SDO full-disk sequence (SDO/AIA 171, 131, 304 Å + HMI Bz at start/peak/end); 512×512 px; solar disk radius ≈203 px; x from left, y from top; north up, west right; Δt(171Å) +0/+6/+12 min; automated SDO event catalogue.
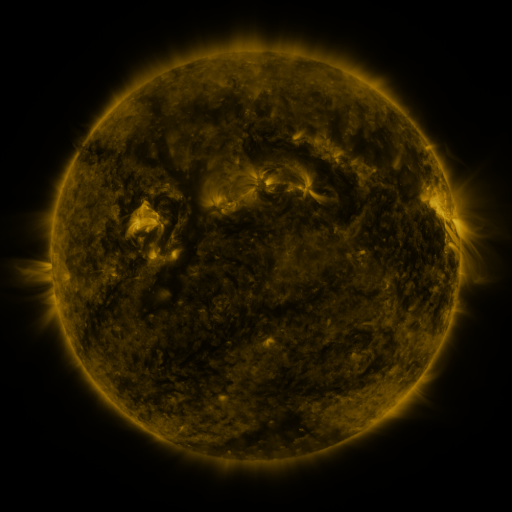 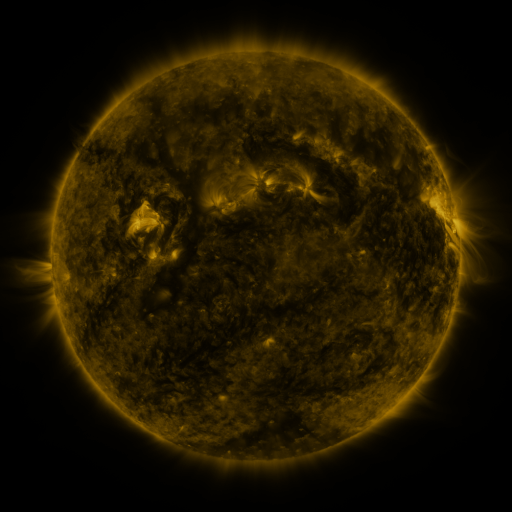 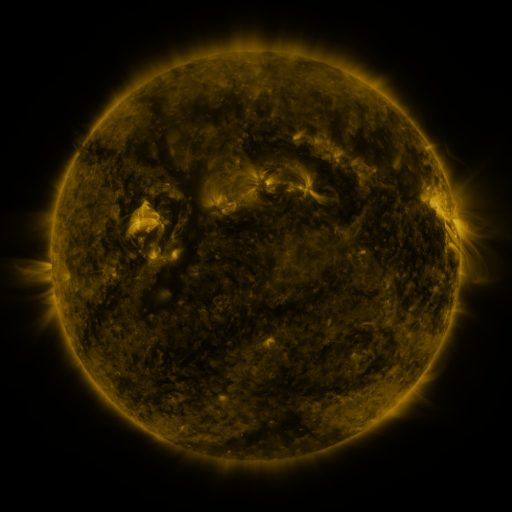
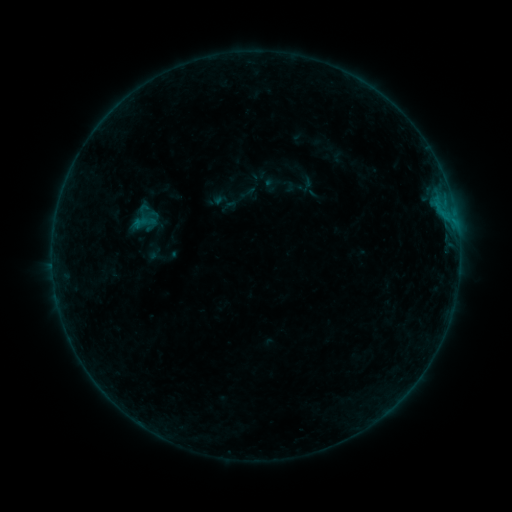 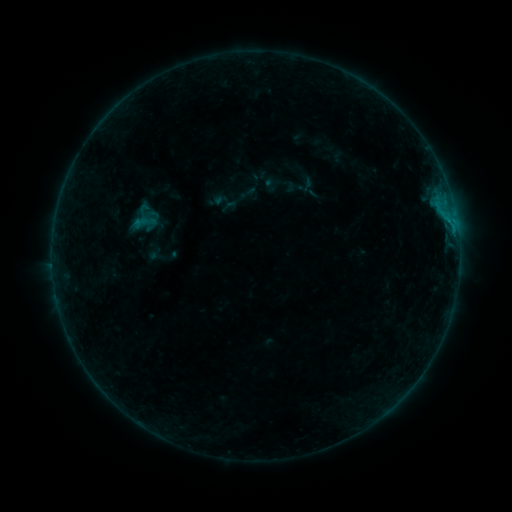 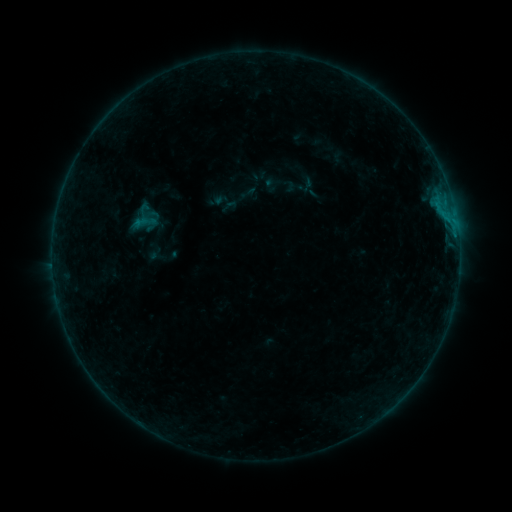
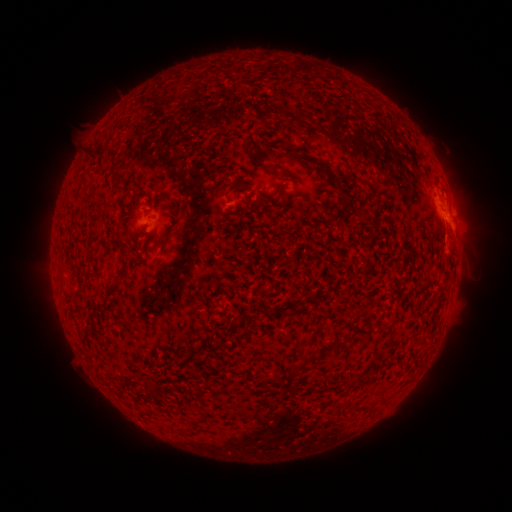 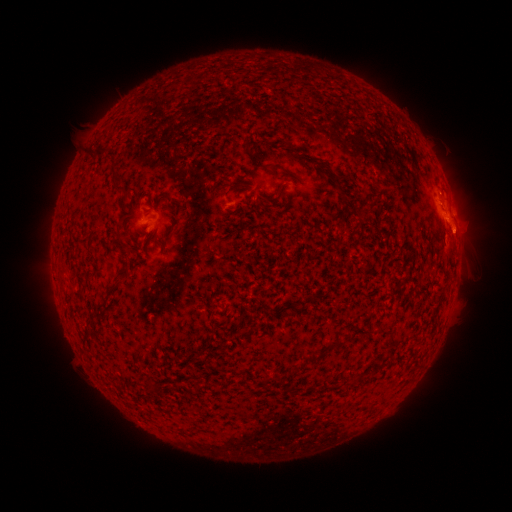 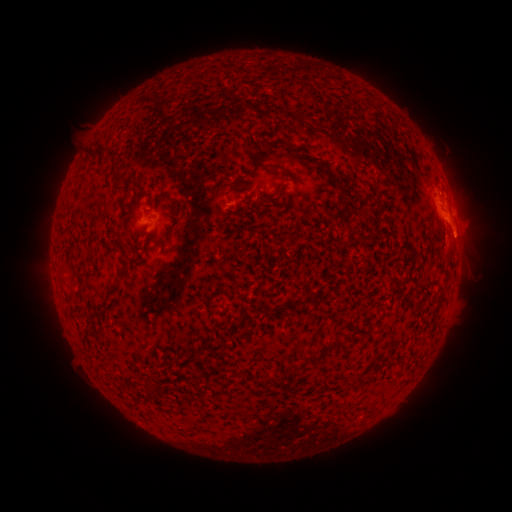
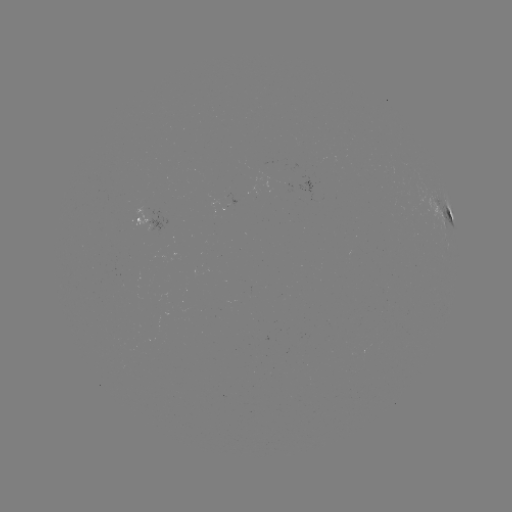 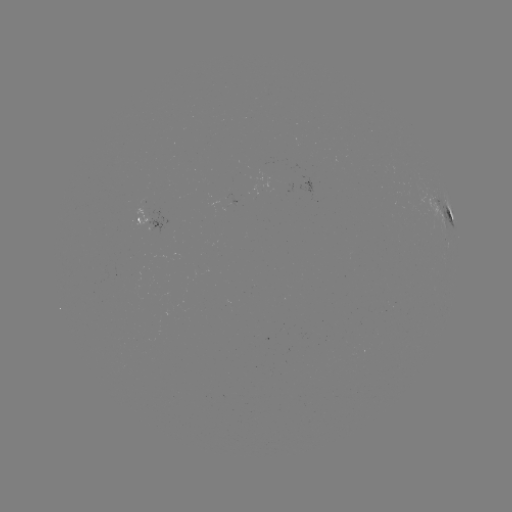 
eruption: [432, 212, 484, 264]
